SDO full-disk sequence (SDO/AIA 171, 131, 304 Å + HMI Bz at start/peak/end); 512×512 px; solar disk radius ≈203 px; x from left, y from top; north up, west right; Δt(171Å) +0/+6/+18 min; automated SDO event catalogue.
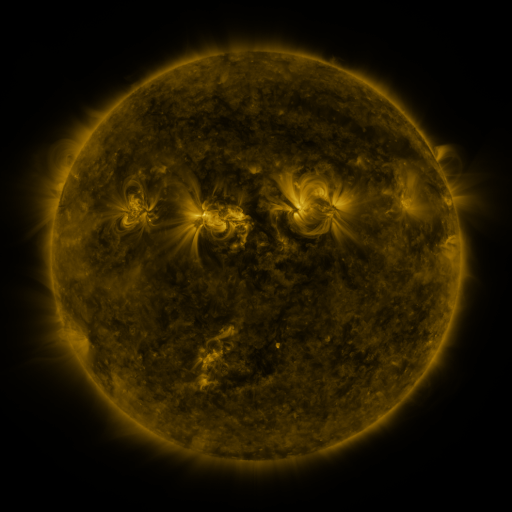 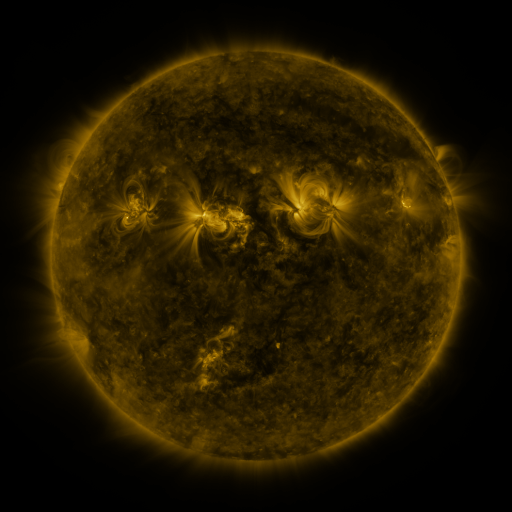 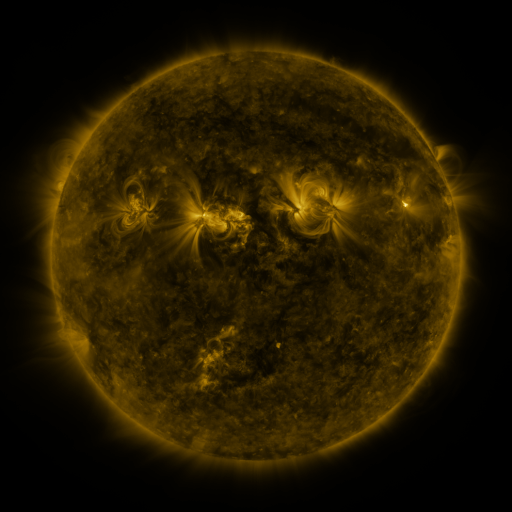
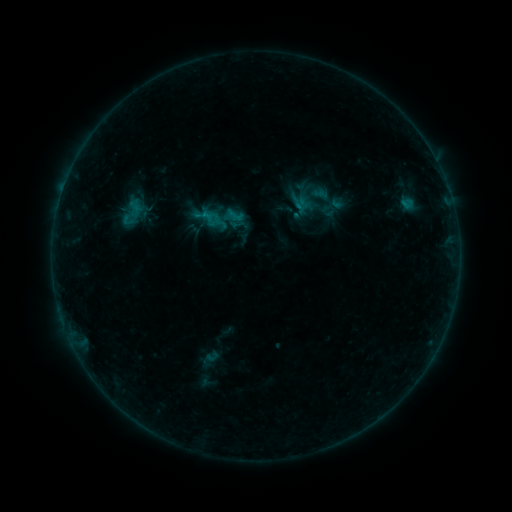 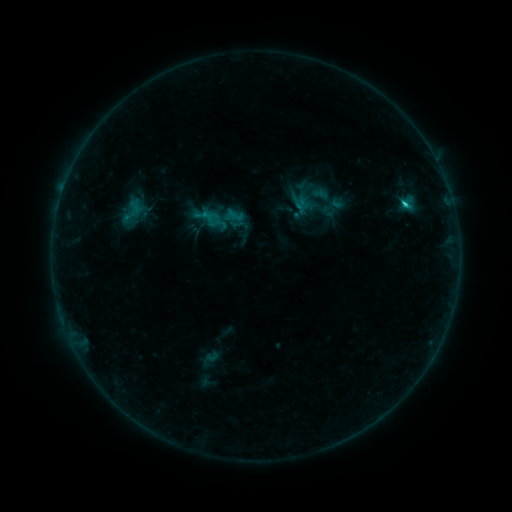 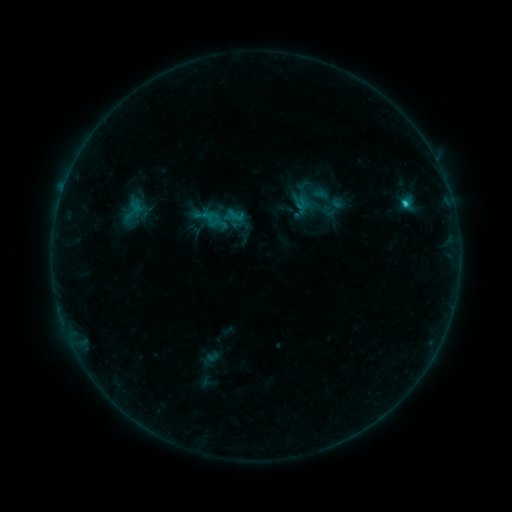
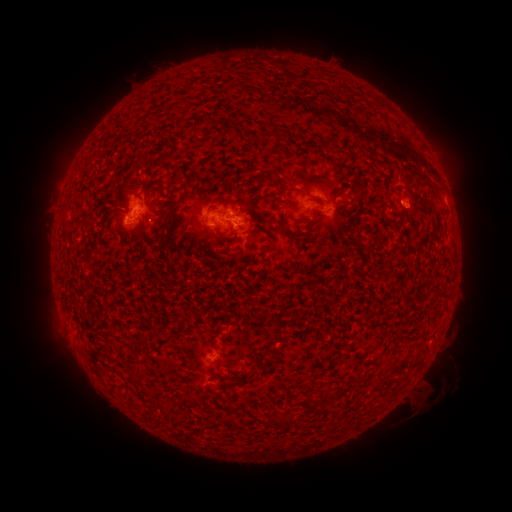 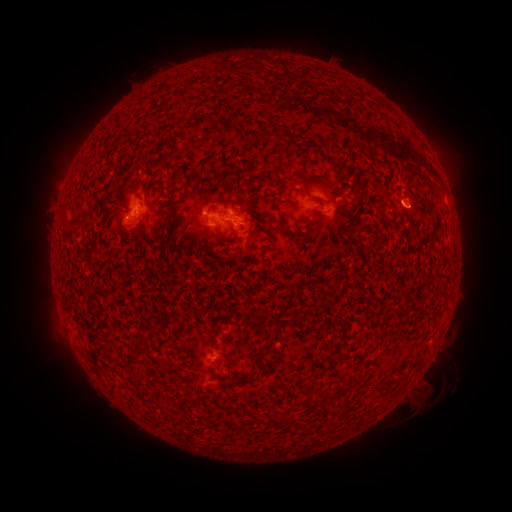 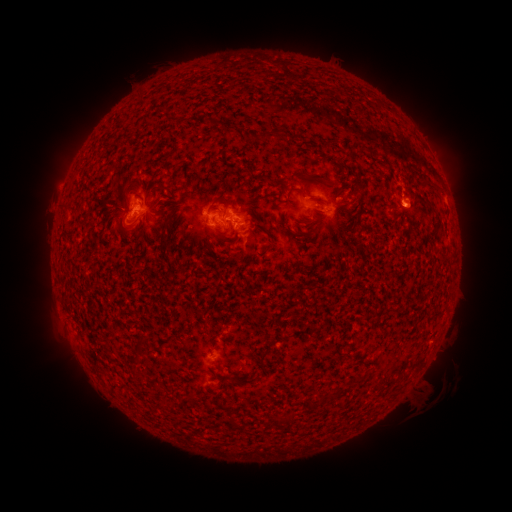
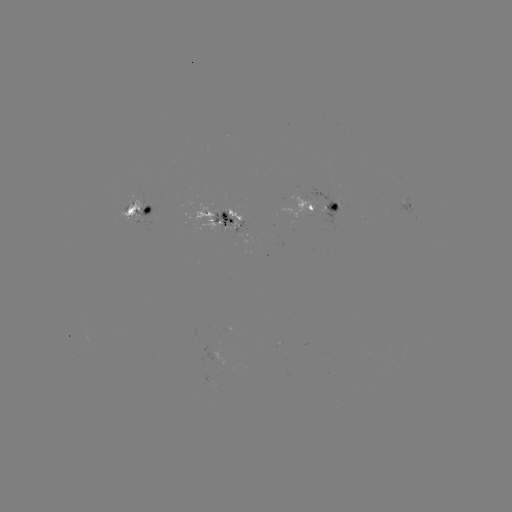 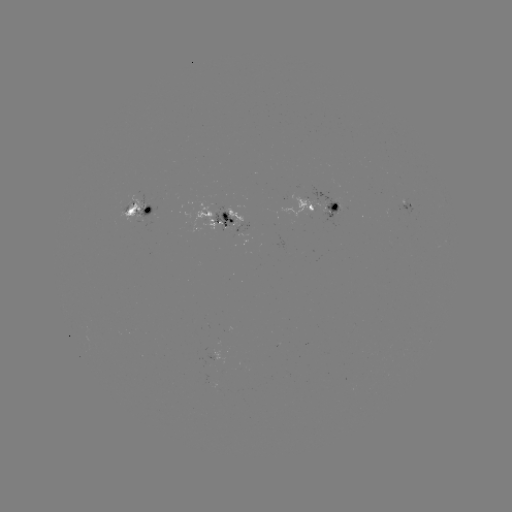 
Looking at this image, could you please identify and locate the C1.7 flare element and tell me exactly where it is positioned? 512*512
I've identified C1.7 flare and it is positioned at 404,205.